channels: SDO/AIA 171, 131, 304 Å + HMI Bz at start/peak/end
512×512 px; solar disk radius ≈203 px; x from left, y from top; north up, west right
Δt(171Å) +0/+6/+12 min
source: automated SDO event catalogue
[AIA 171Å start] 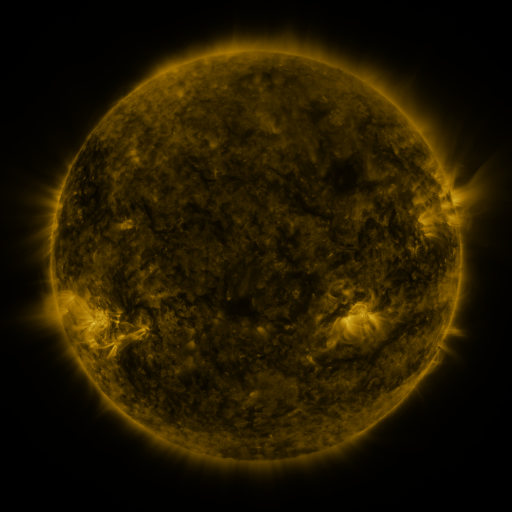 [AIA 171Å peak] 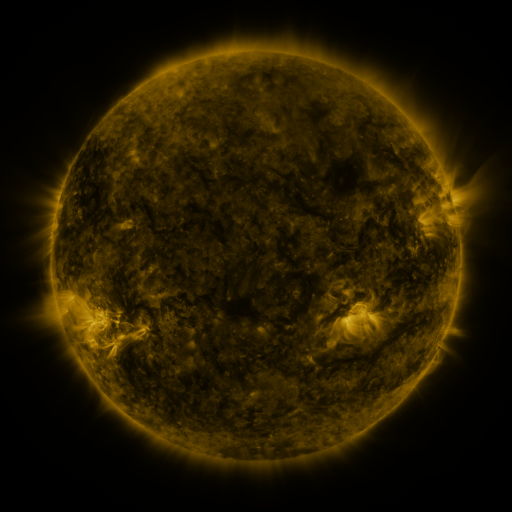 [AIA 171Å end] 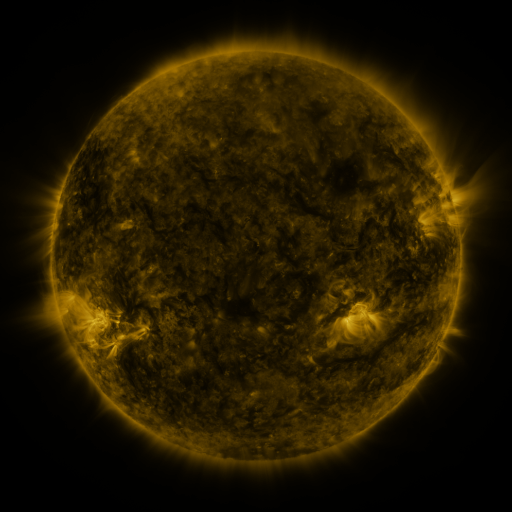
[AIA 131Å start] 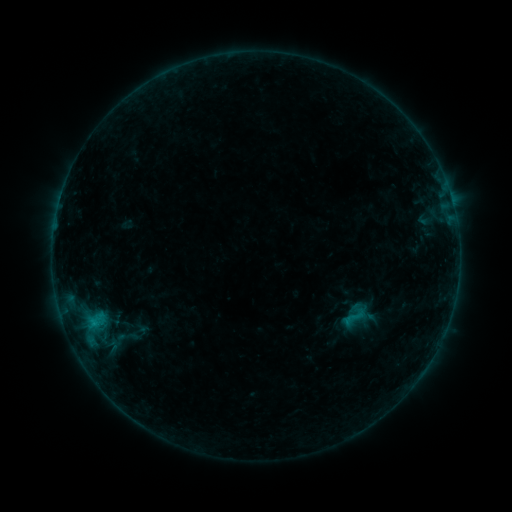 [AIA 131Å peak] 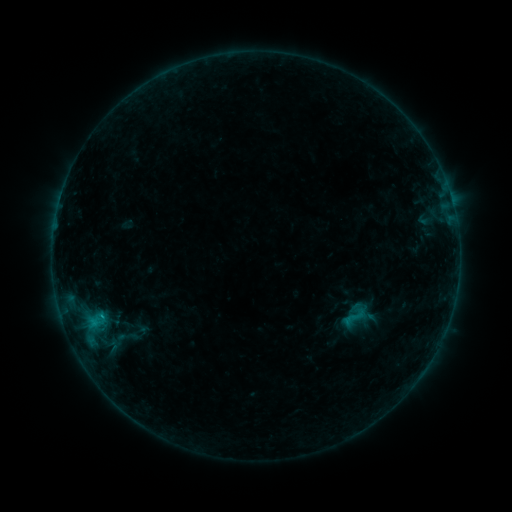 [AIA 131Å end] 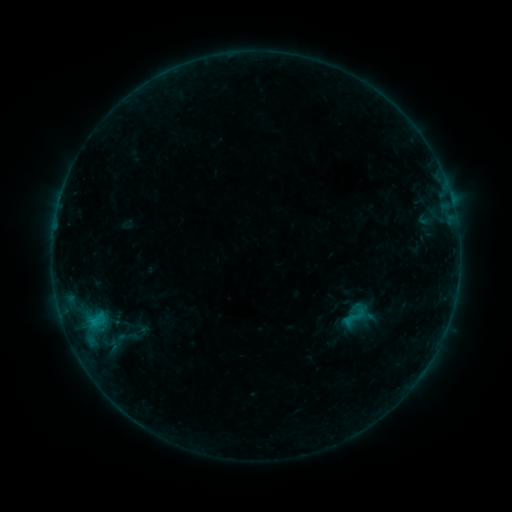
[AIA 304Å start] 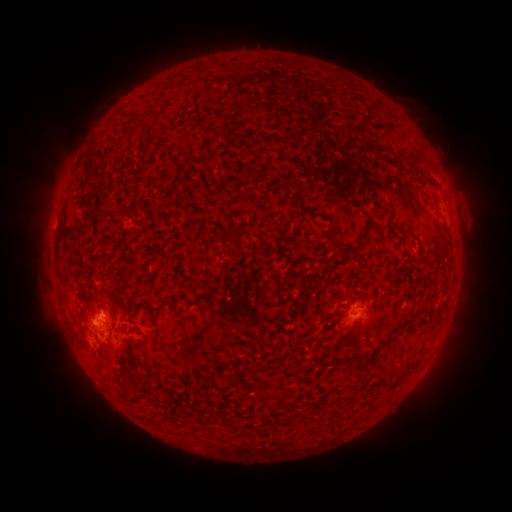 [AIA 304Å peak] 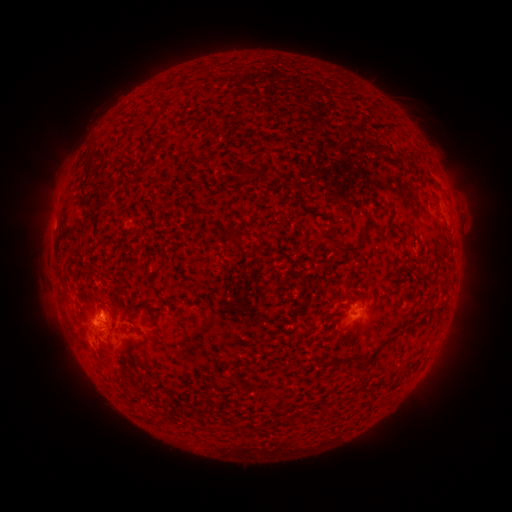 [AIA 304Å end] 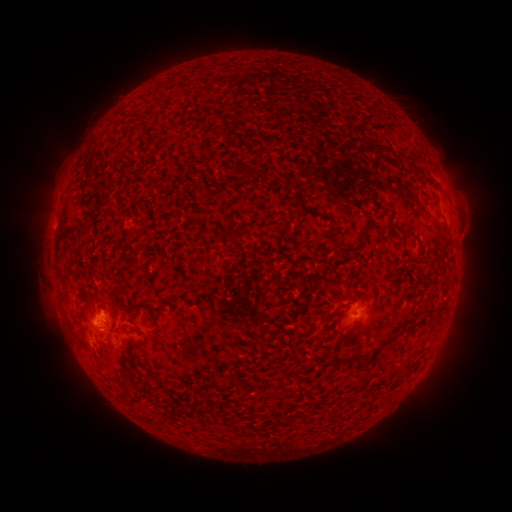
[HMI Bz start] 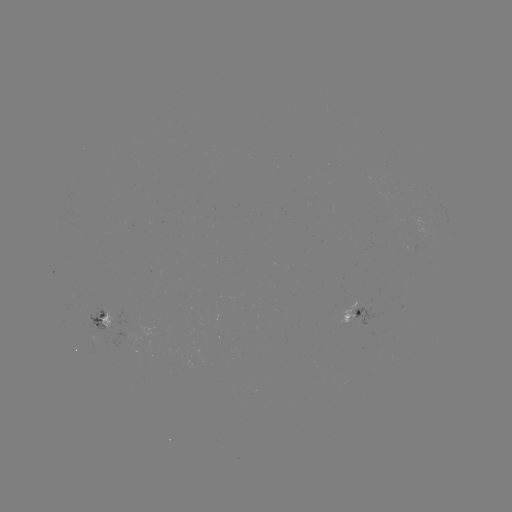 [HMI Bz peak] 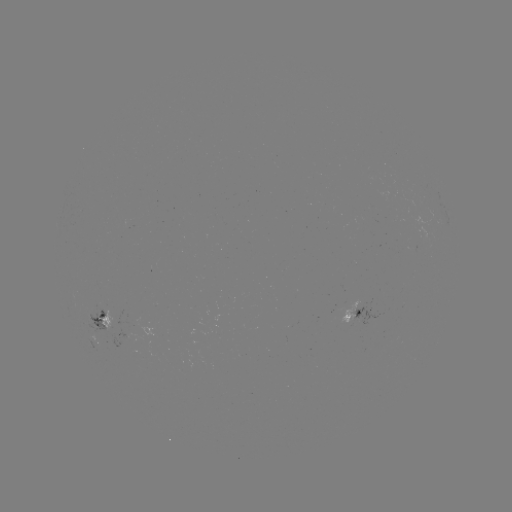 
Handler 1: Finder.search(B5.5 flare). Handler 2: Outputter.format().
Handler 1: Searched B5.5 flare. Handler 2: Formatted (103, 313).